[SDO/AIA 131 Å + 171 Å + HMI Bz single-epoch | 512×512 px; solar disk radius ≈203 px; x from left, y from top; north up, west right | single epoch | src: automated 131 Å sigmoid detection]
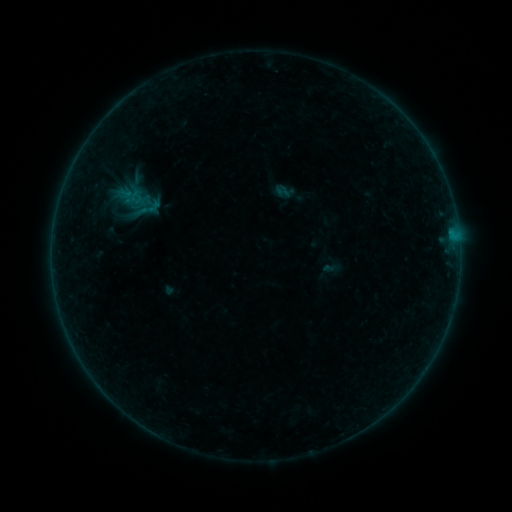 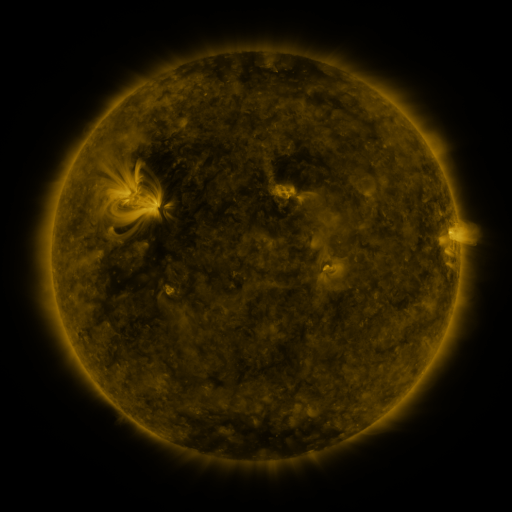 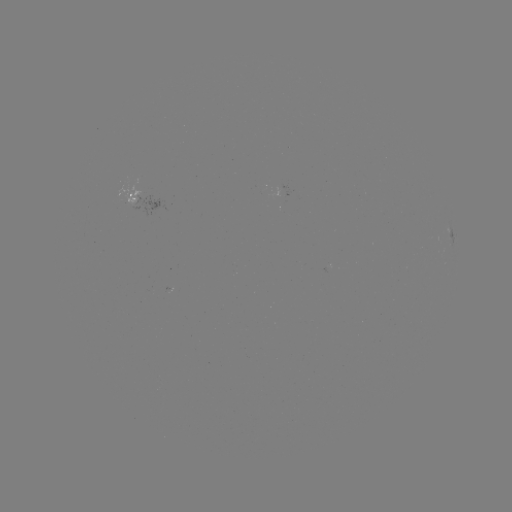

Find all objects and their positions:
sigmoid: (149, 208)
